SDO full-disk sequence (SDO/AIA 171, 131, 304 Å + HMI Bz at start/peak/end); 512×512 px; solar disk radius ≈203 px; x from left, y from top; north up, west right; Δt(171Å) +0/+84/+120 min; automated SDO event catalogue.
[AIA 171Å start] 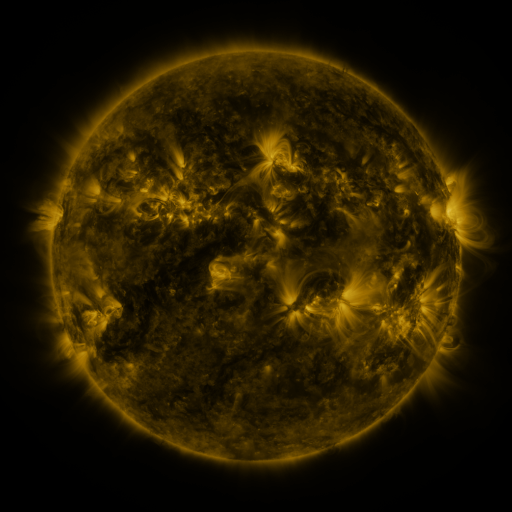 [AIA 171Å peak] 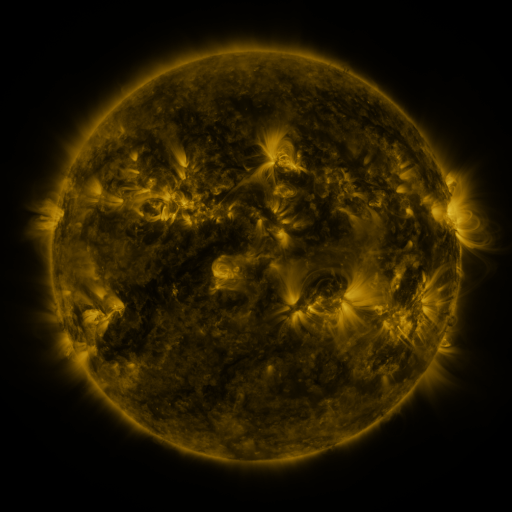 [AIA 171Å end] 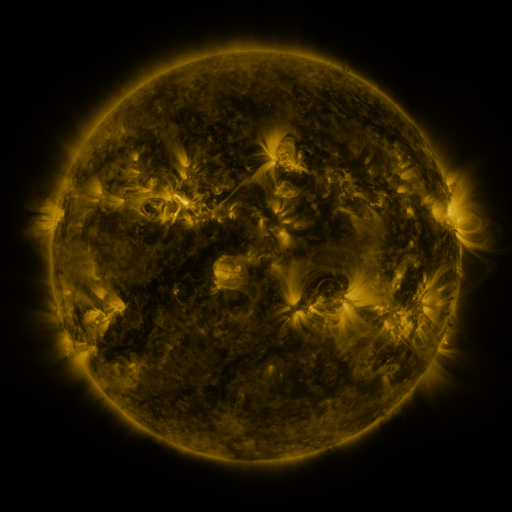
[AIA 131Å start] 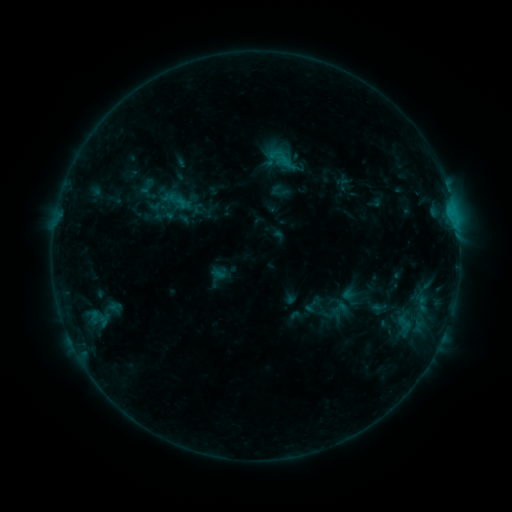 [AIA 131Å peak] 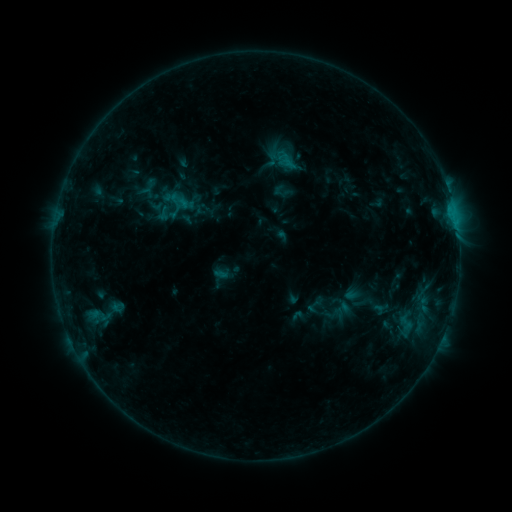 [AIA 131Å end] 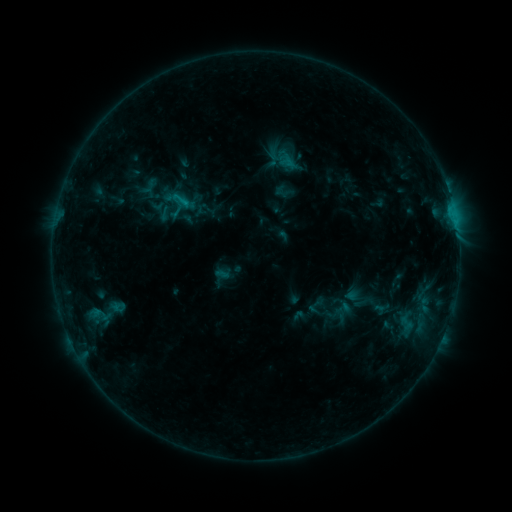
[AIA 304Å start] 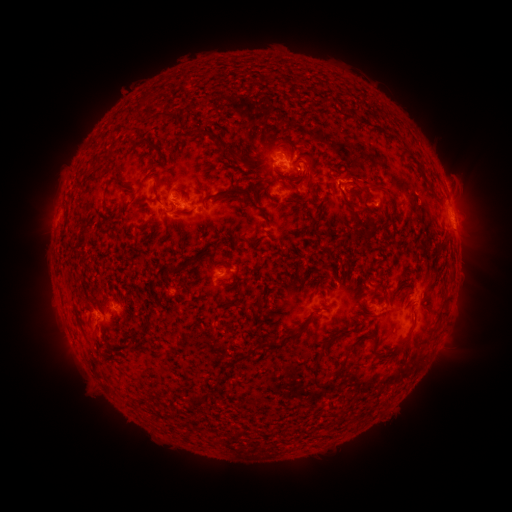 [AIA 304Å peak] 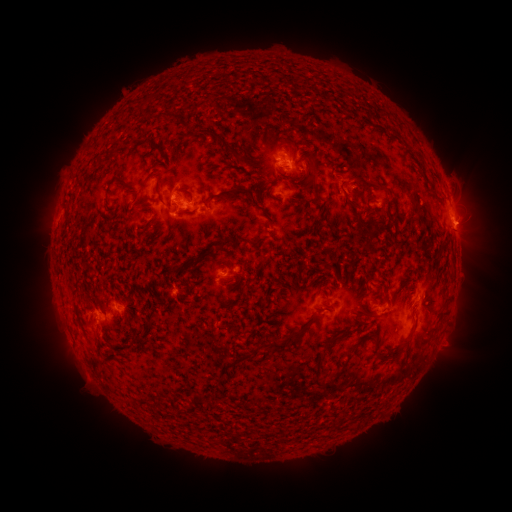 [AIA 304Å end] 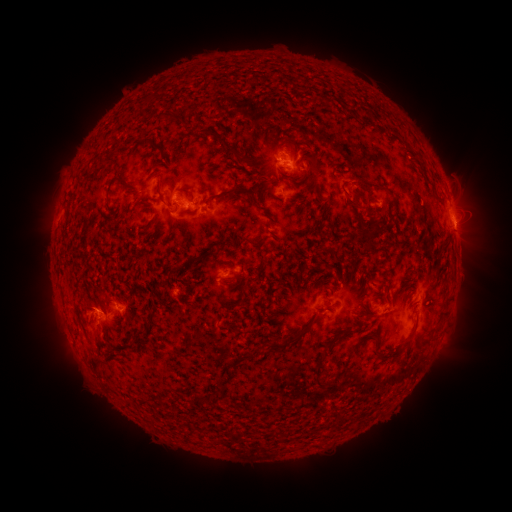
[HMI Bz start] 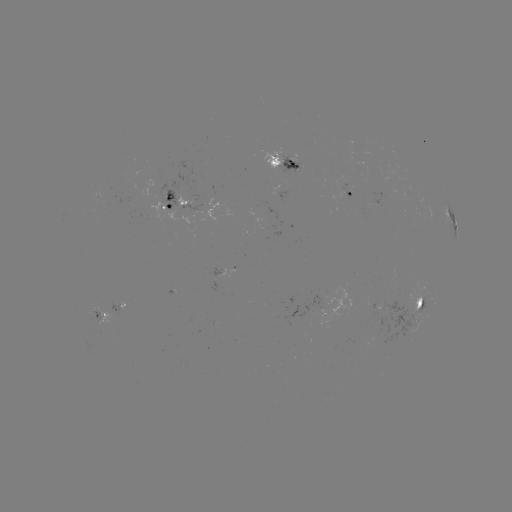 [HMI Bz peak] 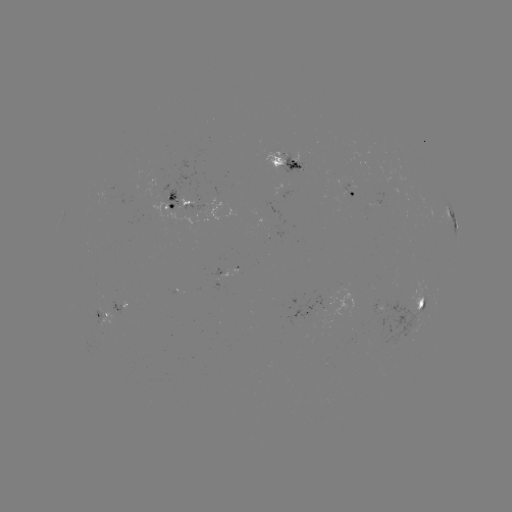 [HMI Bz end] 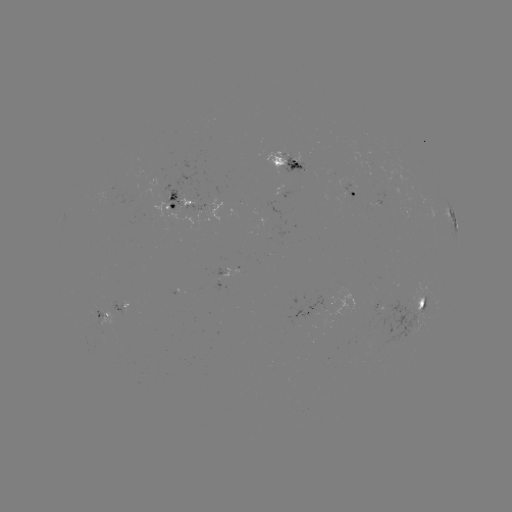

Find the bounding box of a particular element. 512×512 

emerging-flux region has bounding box [341, 184, 355, 200].